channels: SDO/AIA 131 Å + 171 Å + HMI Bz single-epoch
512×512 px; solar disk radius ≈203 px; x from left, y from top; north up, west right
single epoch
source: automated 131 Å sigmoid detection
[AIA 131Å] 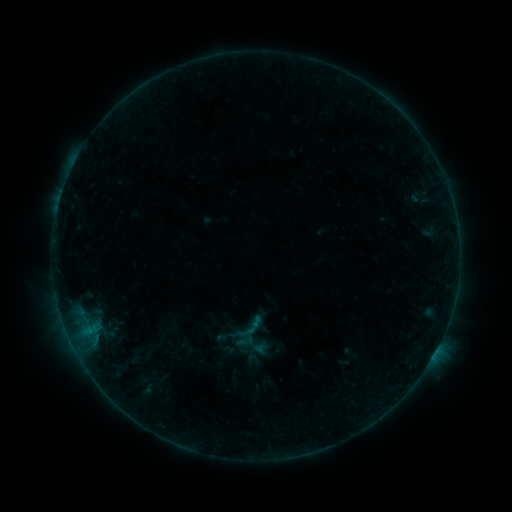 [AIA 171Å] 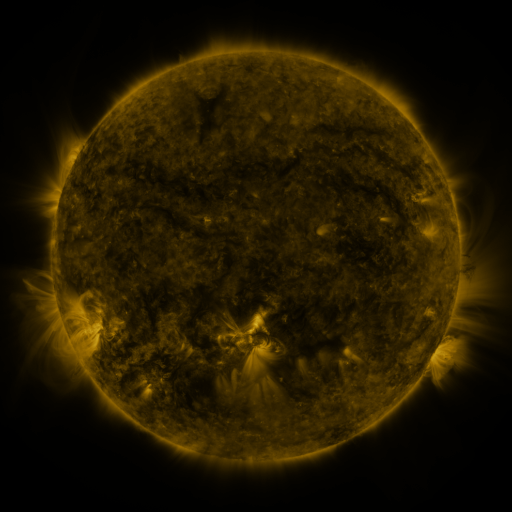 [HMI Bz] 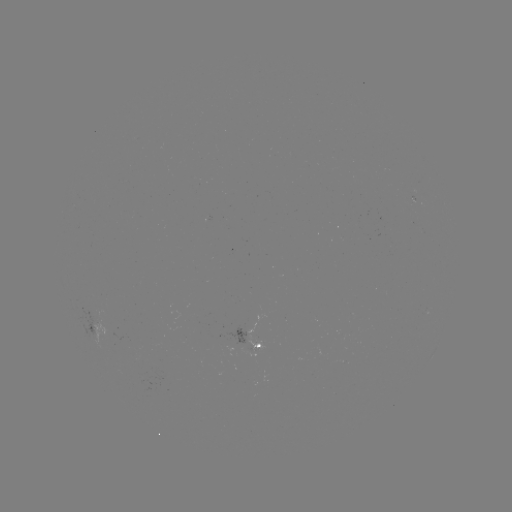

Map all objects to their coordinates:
sigmoid: [237, 312, 267, 342]
sigmoid: [236, 342, 256, 361]
